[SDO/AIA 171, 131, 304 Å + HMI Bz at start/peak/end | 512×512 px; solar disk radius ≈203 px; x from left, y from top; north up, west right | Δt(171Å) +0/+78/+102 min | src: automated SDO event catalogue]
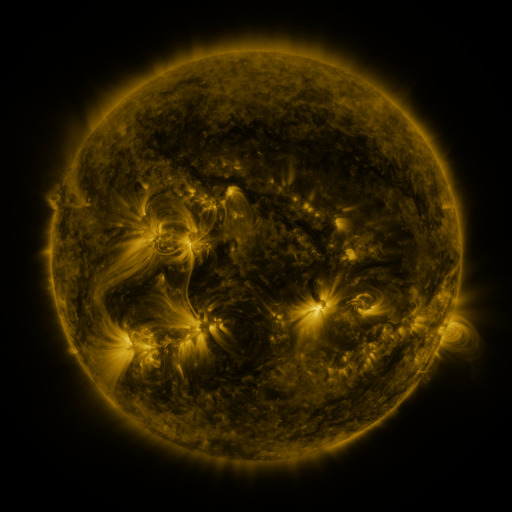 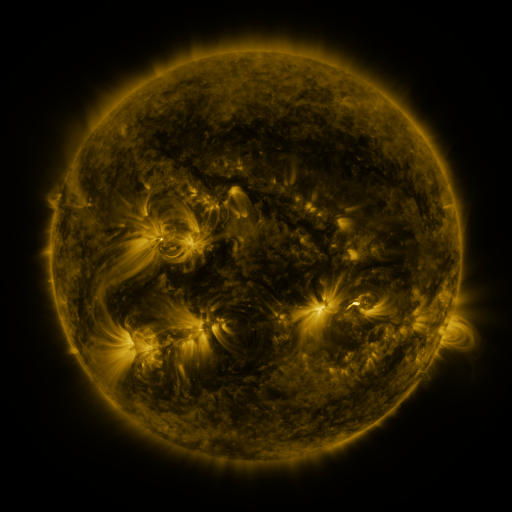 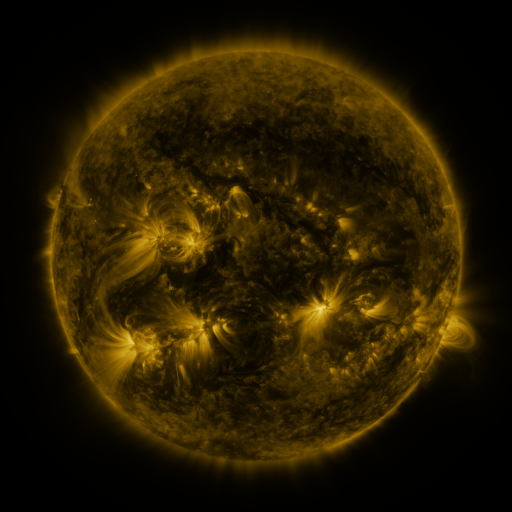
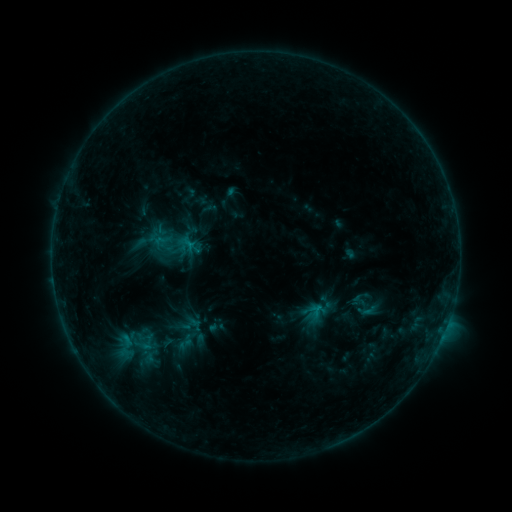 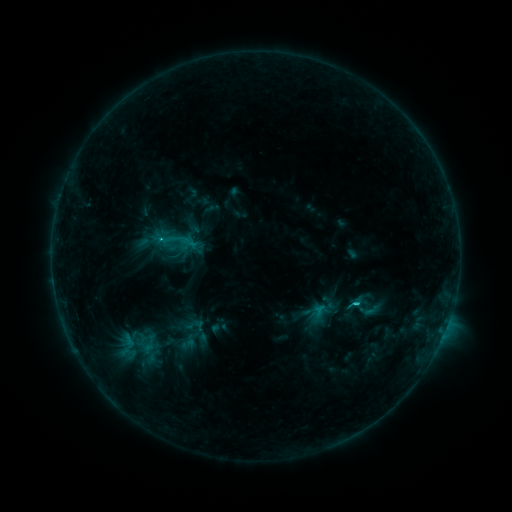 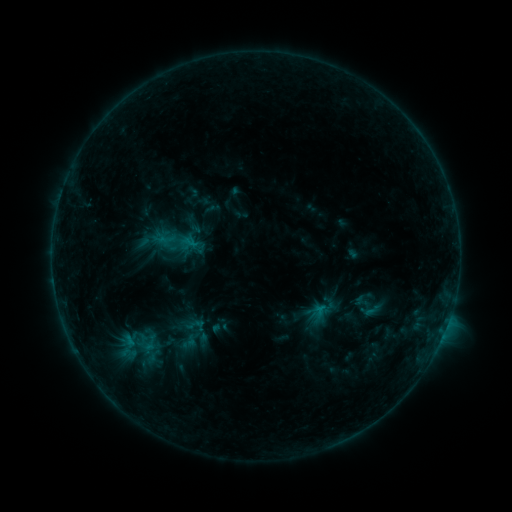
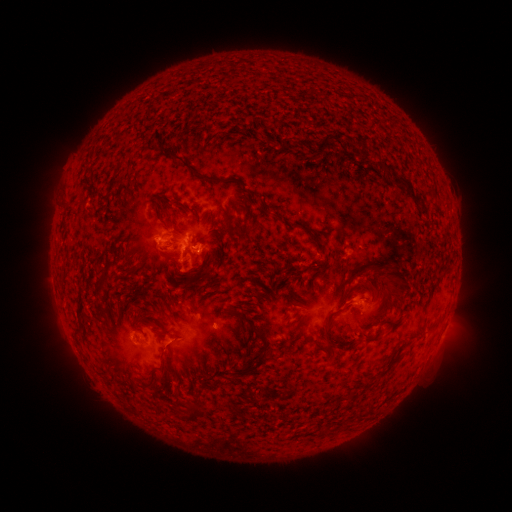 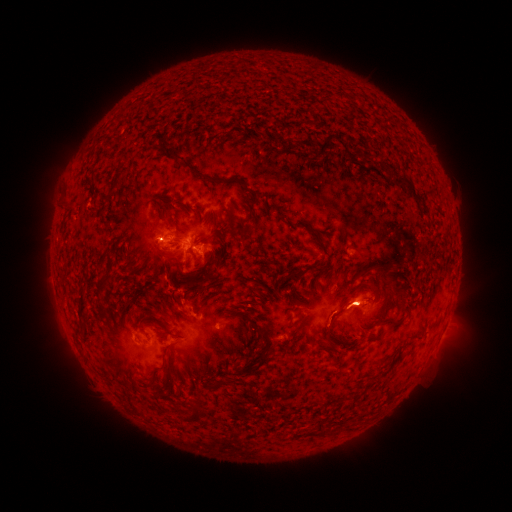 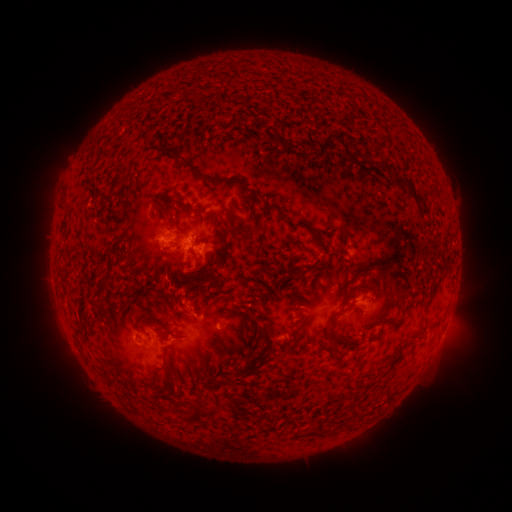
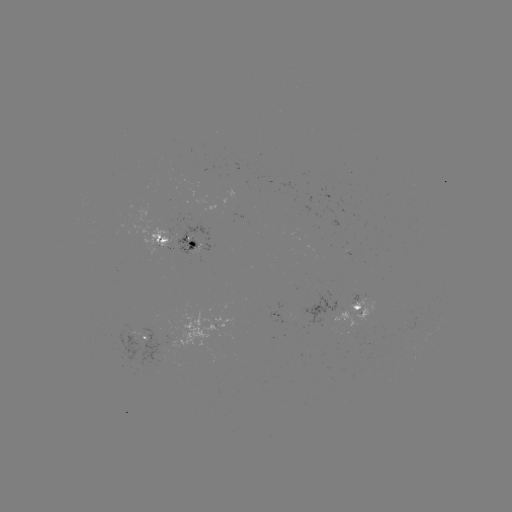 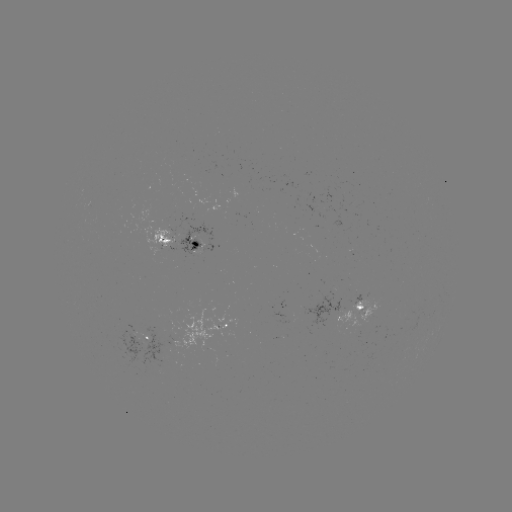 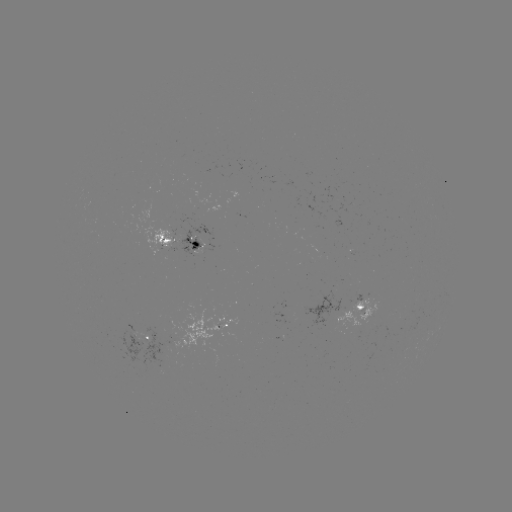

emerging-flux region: [333, 293, 374, 326]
